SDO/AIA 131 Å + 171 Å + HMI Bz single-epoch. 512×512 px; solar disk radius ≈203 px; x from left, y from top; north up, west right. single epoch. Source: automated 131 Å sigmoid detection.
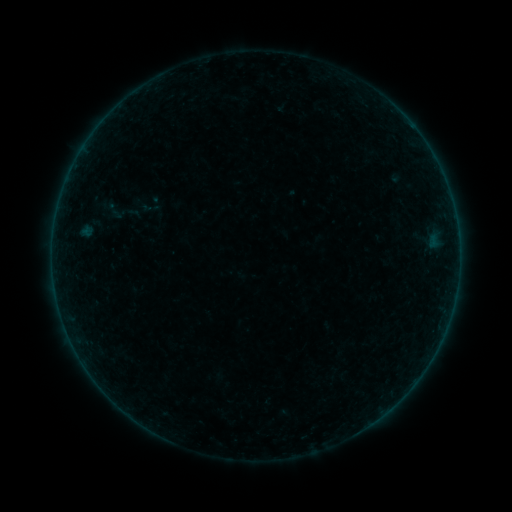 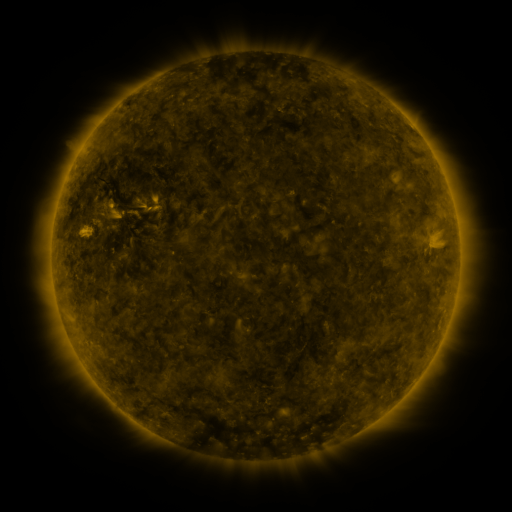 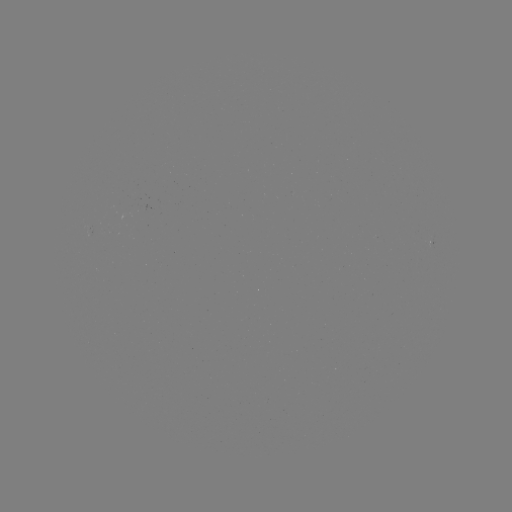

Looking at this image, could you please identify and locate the sigmoid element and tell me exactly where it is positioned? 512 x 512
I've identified sigmoid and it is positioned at [116, 211].